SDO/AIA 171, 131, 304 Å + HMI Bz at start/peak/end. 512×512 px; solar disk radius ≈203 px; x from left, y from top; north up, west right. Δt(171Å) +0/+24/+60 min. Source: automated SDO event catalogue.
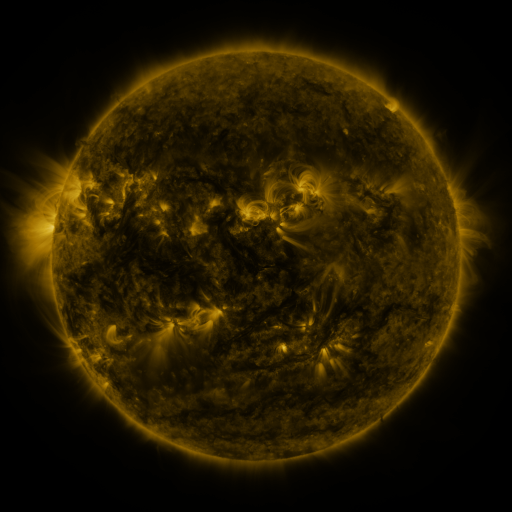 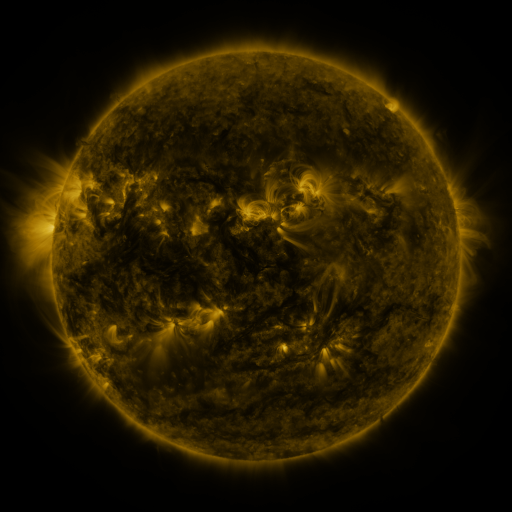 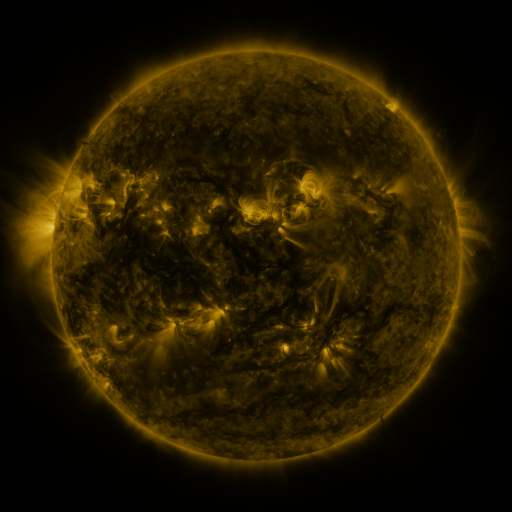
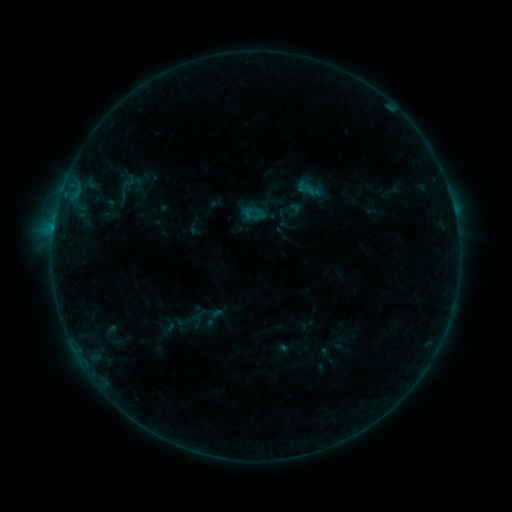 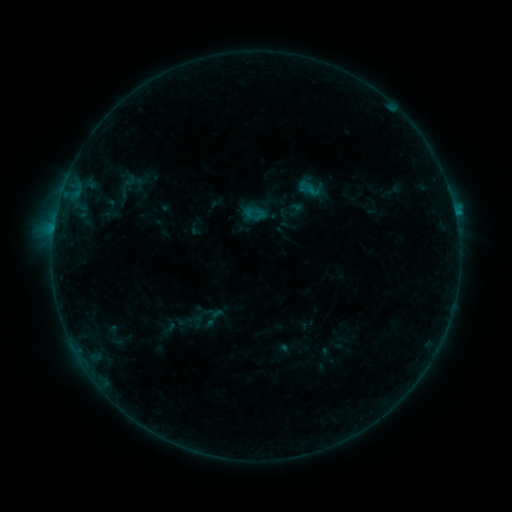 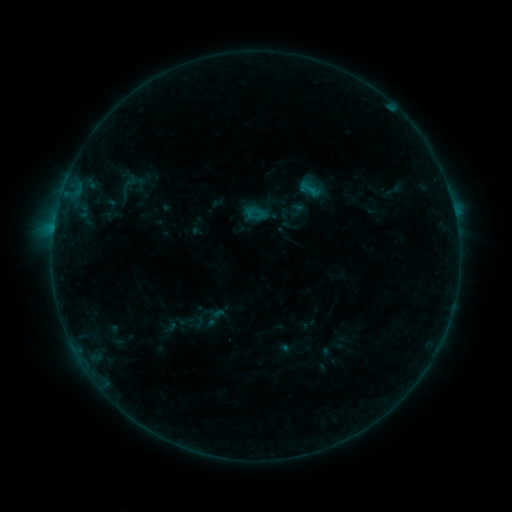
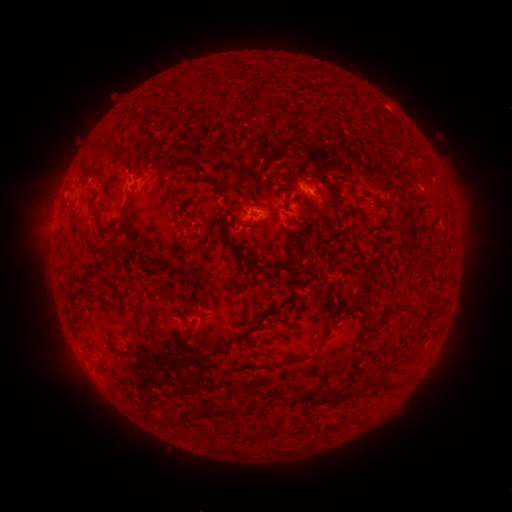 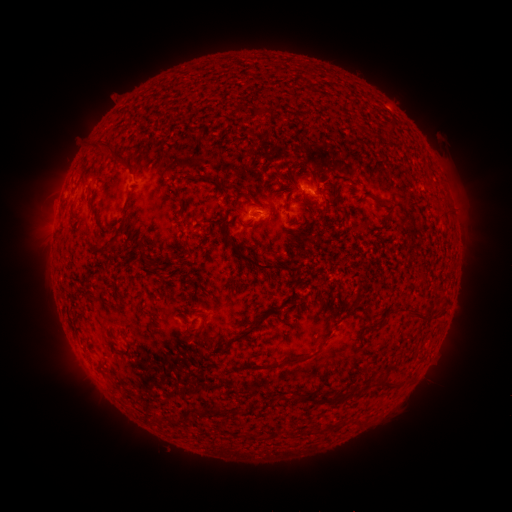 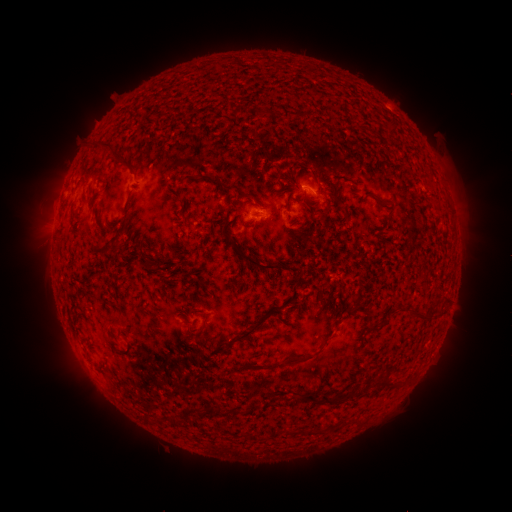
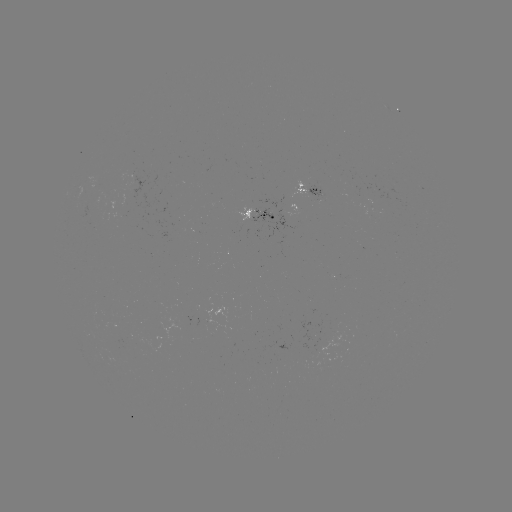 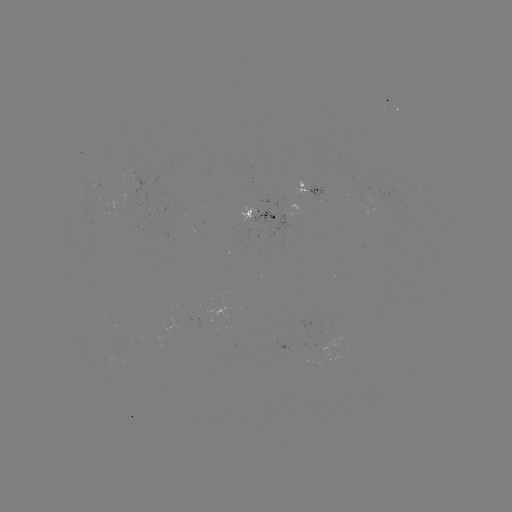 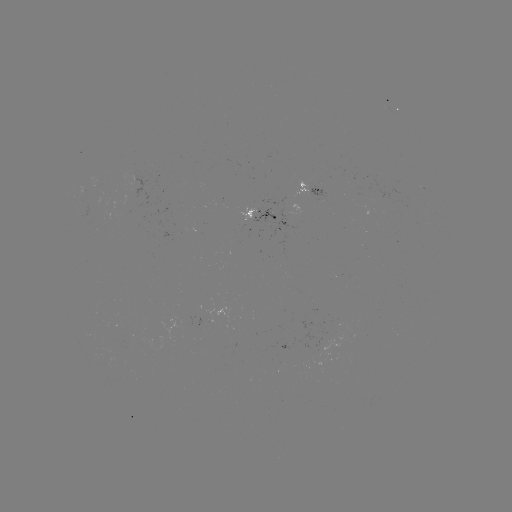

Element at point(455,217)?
B6.0 flare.